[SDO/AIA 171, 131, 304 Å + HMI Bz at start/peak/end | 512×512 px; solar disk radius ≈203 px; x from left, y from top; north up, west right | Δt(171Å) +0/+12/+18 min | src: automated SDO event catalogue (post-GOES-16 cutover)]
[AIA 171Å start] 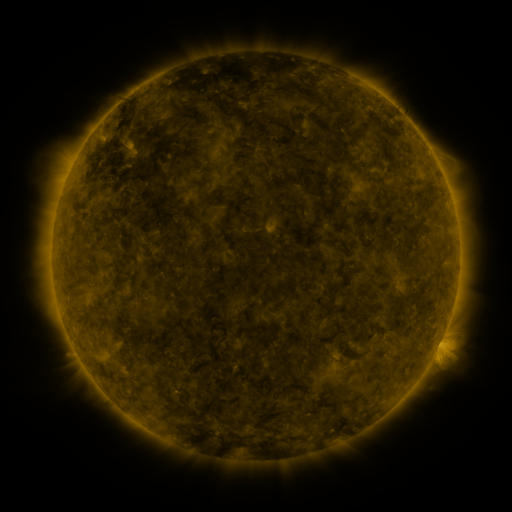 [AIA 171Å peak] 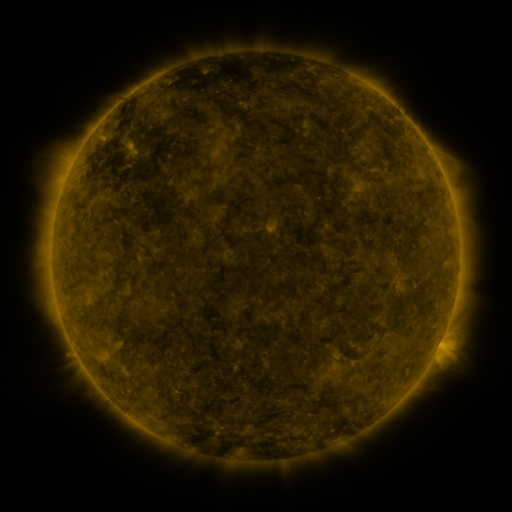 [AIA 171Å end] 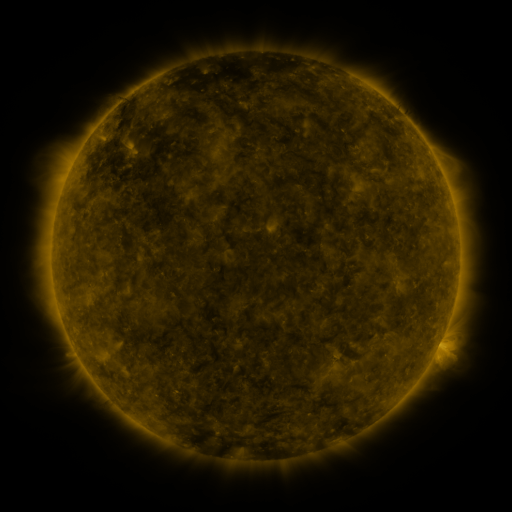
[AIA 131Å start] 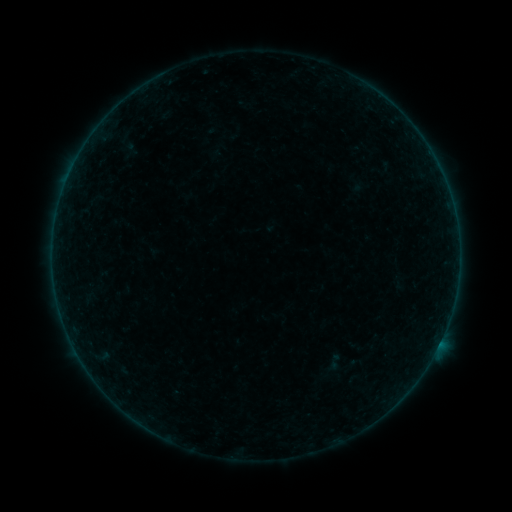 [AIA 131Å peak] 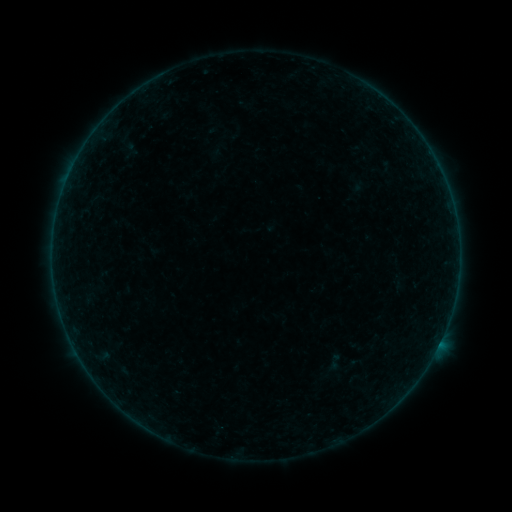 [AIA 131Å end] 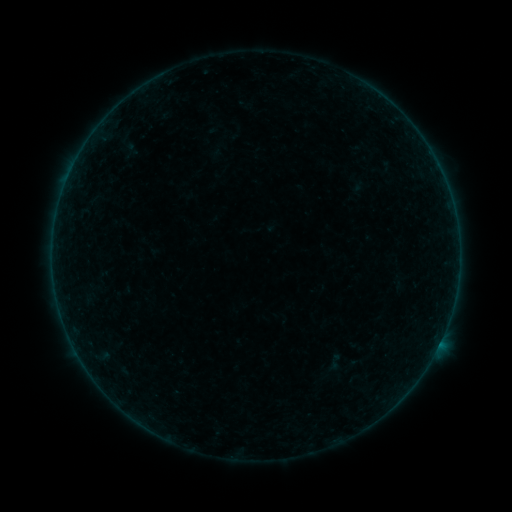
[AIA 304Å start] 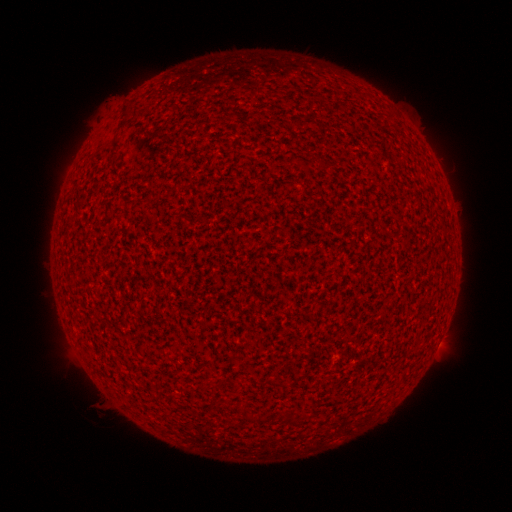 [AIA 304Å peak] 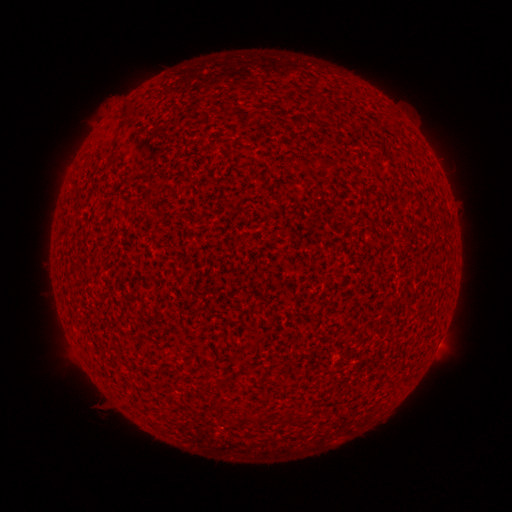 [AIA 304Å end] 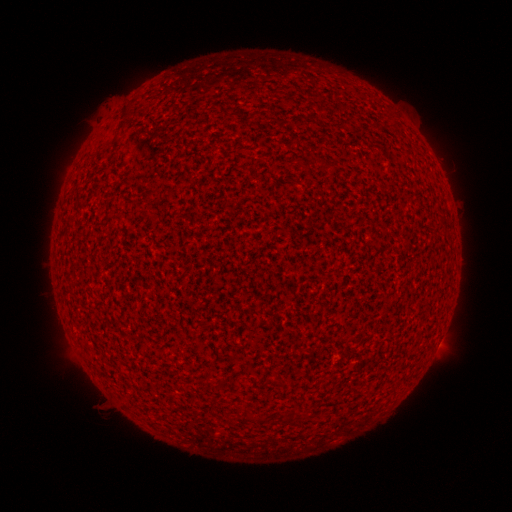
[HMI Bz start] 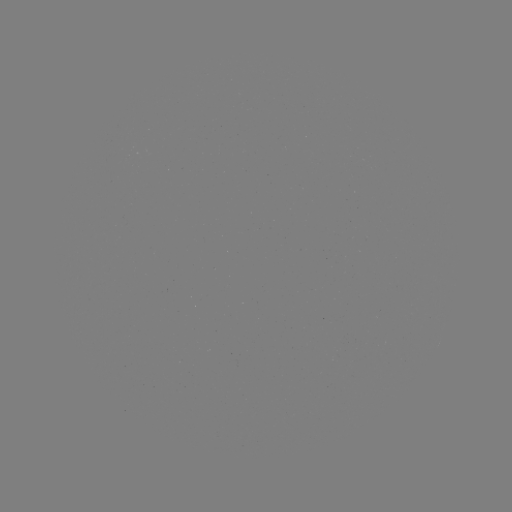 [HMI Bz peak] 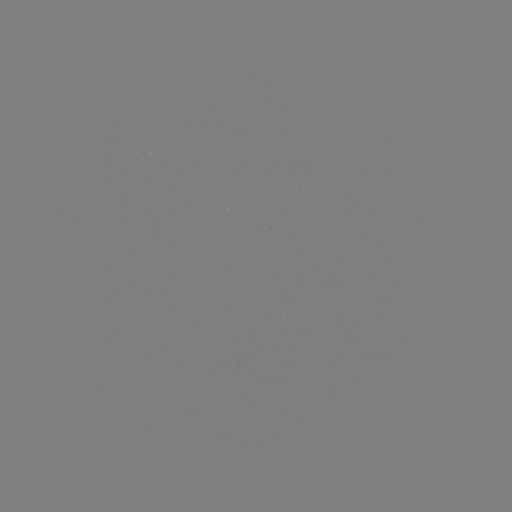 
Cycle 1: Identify A2.3 flare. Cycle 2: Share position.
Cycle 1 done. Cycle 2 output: [440, 342].